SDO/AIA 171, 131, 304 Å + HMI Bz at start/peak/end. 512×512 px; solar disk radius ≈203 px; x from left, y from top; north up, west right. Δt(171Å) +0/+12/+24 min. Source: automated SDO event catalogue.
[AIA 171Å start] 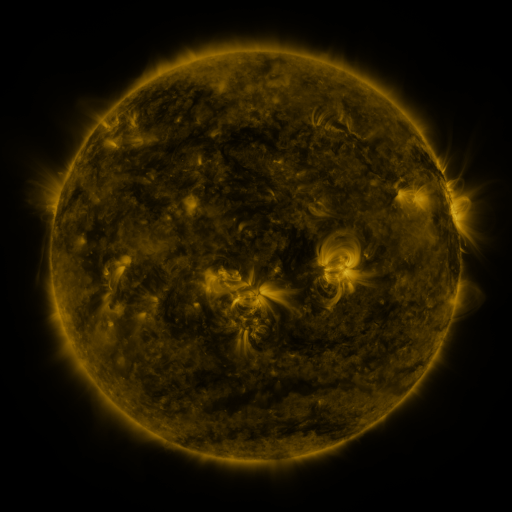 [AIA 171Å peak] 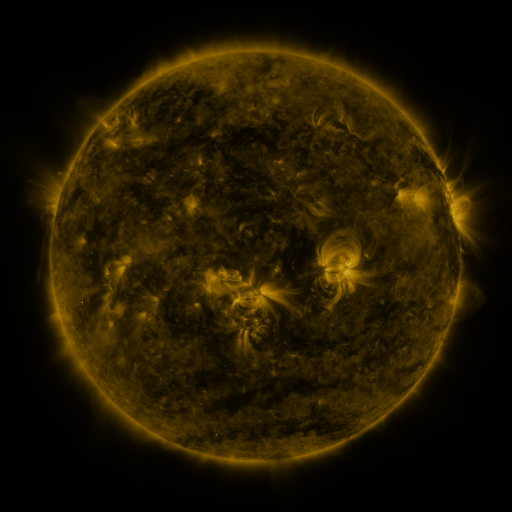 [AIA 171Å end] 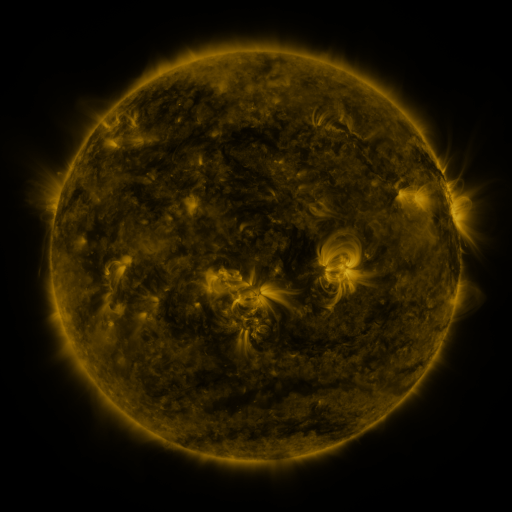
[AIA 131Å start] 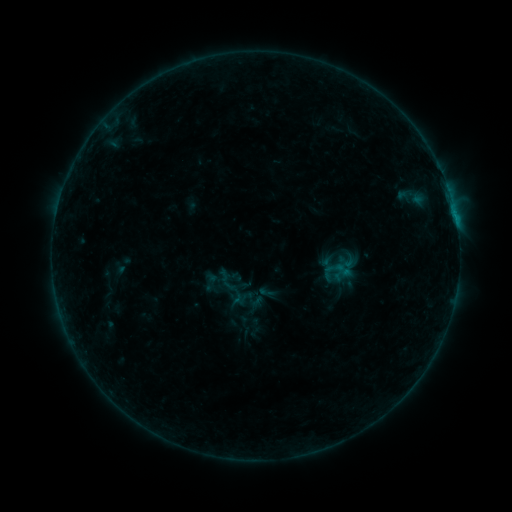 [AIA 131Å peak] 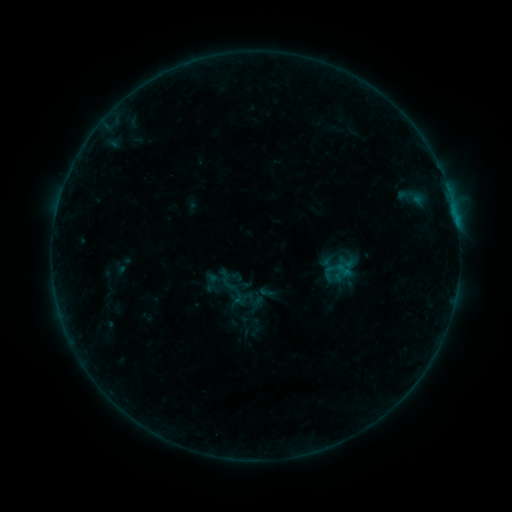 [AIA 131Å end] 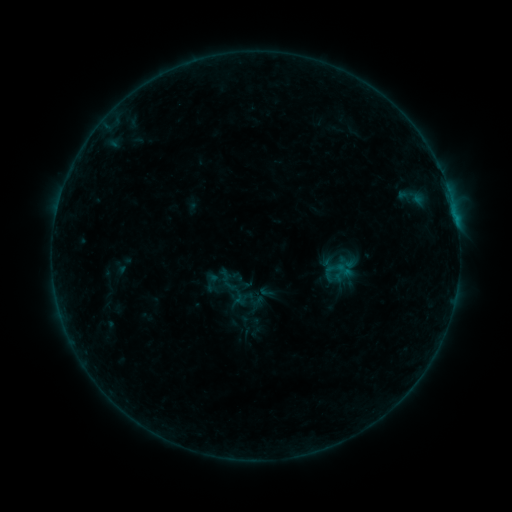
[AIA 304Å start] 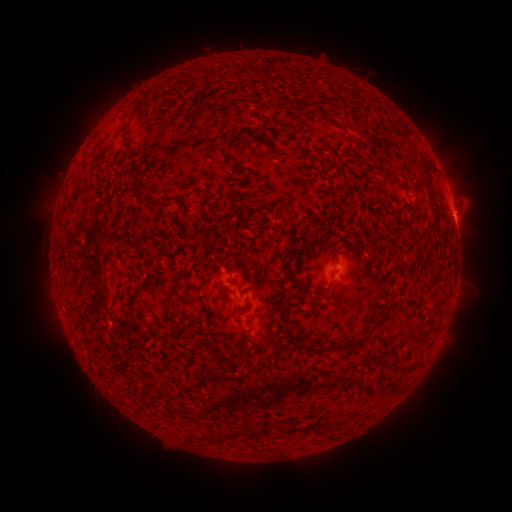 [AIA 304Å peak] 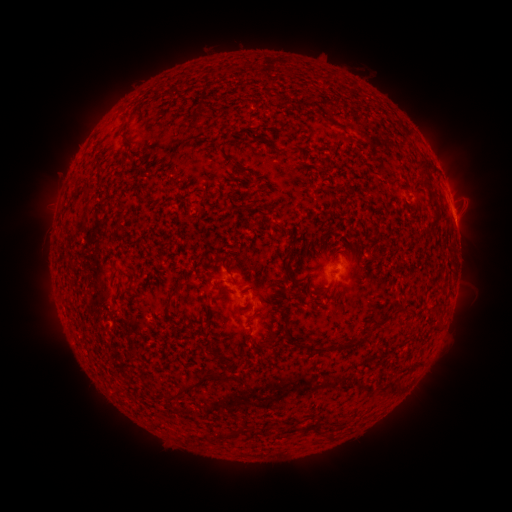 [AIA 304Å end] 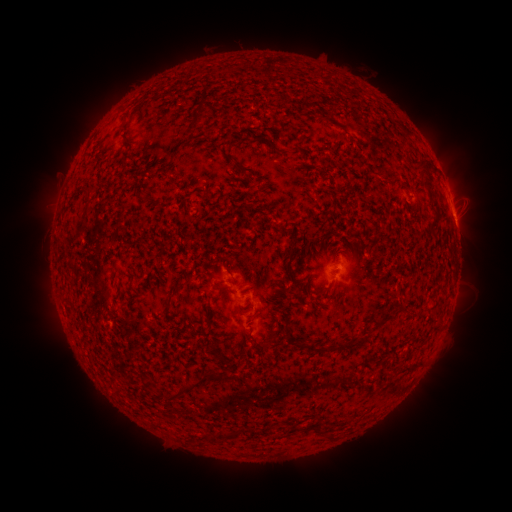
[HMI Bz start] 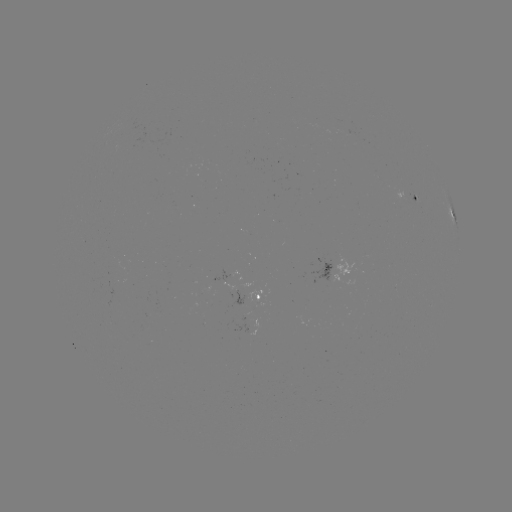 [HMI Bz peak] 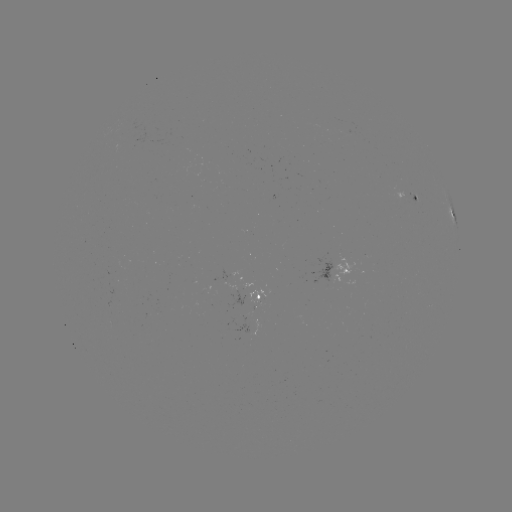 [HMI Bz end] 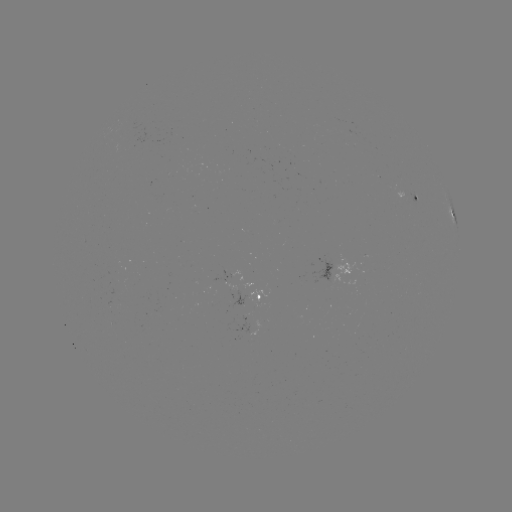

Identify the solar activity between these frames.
no flare in any classed list; no EUV-trigger detection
